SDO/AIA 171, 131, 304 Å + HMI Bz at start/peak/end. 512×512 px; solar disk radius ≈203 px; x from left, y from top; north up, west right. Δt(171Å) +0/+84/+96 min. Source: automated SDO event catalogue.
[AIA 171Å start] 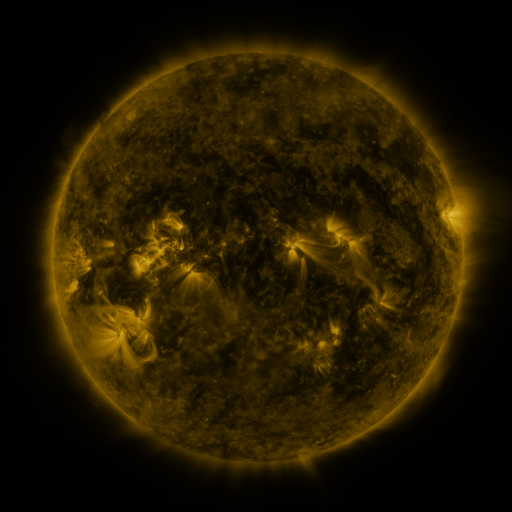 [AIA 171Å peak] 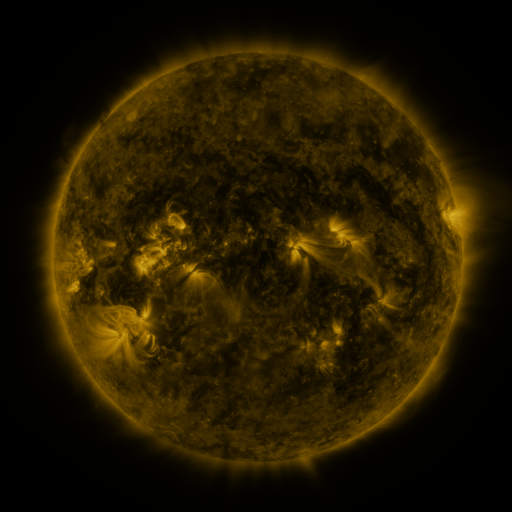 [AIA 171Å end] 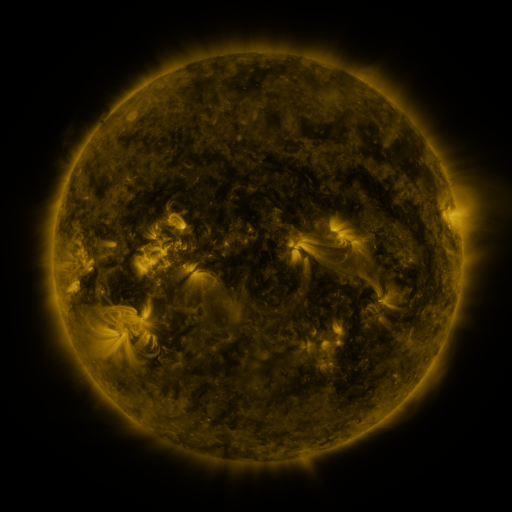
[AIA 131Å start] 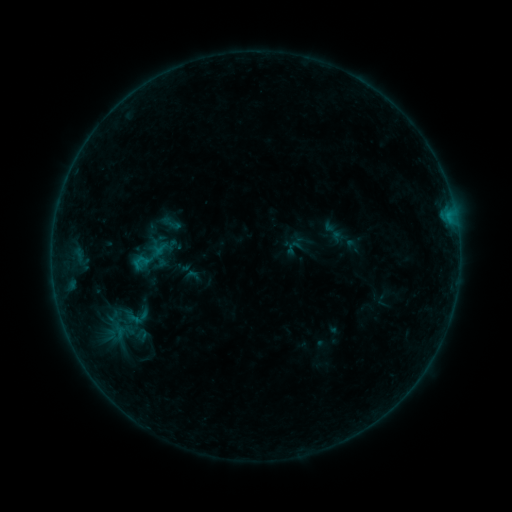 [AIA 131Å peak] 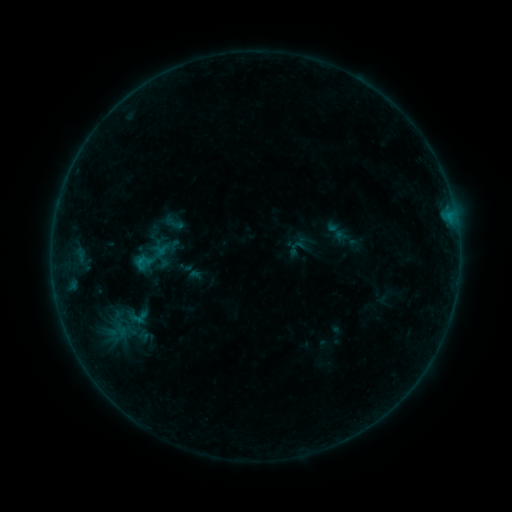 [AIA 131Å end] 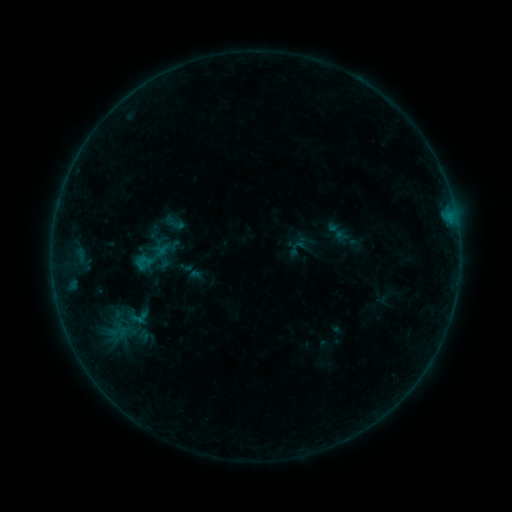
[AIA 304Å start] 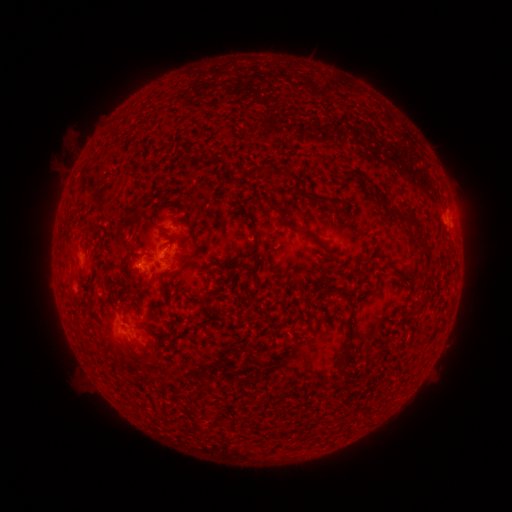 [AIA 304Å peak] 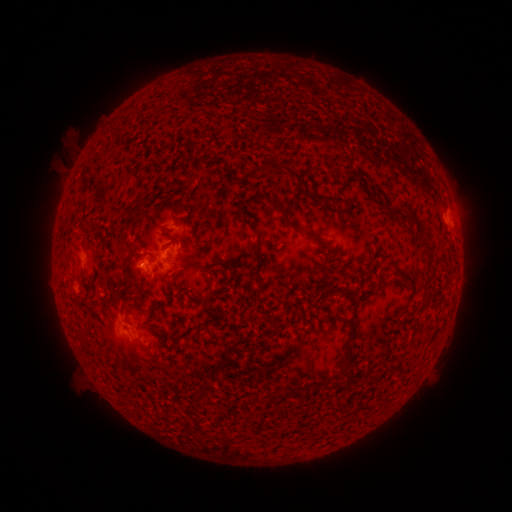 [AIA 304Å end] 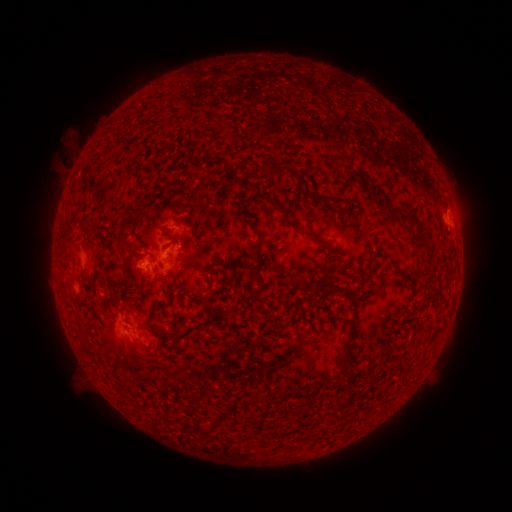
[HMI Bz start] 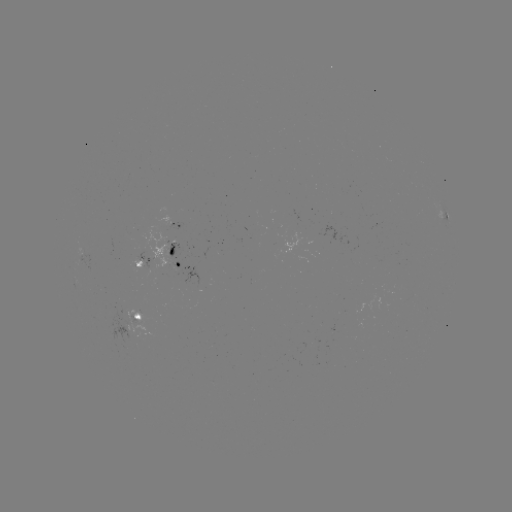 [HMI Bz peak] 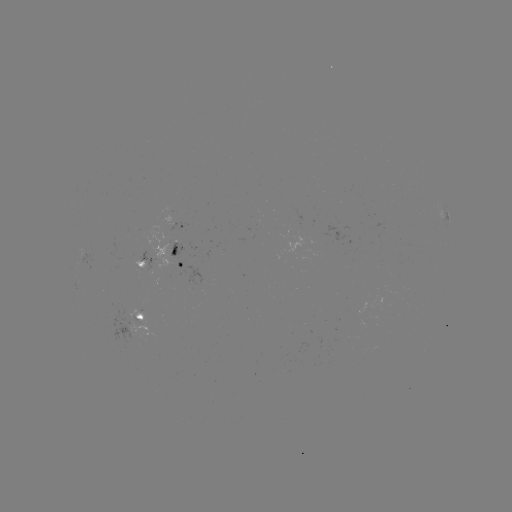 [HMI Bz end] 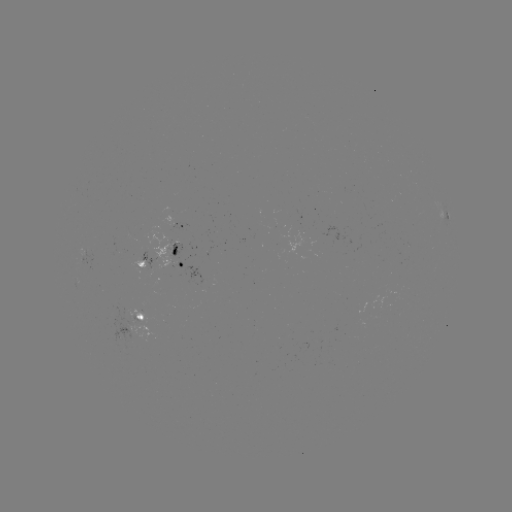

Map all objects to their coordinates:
emerging-flux region: (141, 266)
